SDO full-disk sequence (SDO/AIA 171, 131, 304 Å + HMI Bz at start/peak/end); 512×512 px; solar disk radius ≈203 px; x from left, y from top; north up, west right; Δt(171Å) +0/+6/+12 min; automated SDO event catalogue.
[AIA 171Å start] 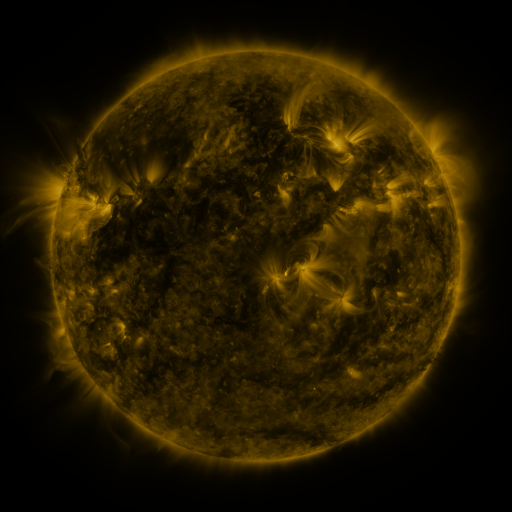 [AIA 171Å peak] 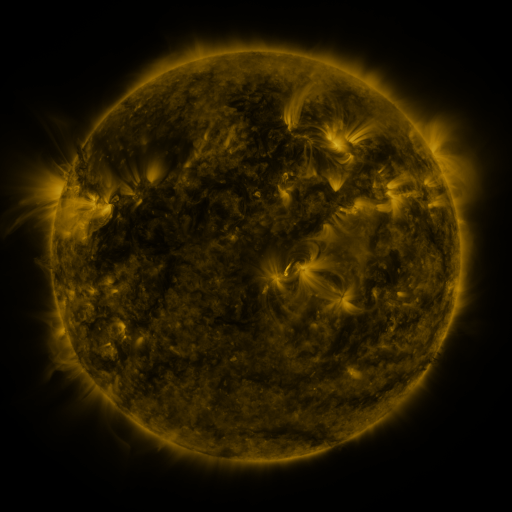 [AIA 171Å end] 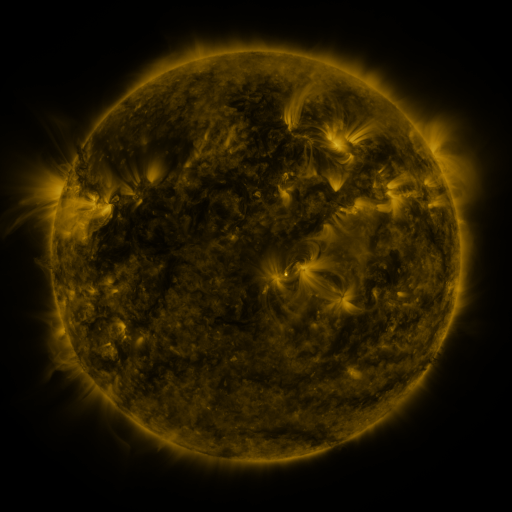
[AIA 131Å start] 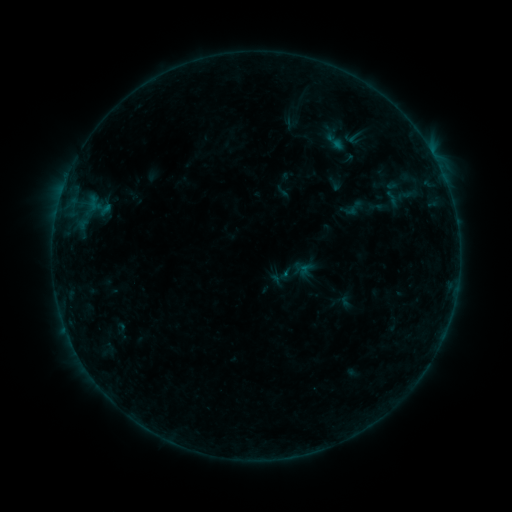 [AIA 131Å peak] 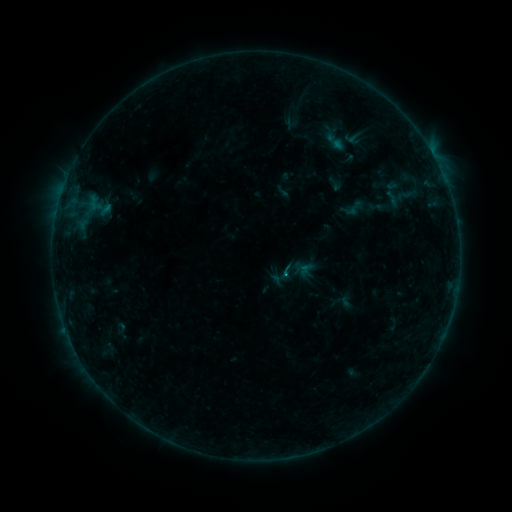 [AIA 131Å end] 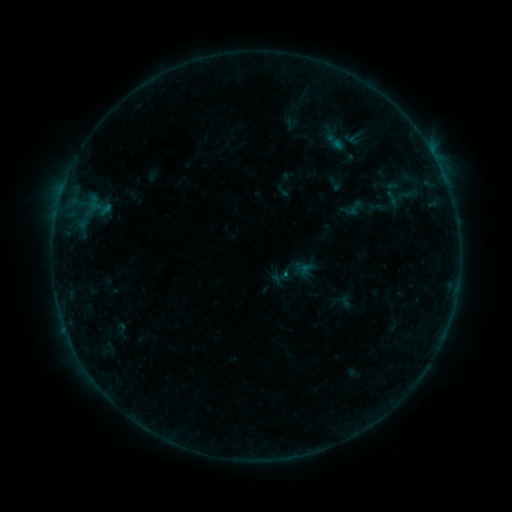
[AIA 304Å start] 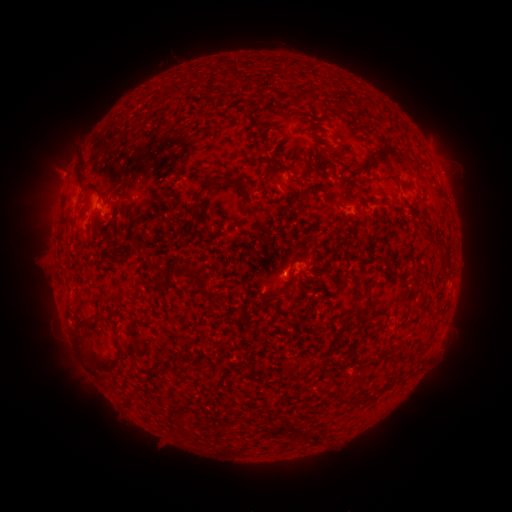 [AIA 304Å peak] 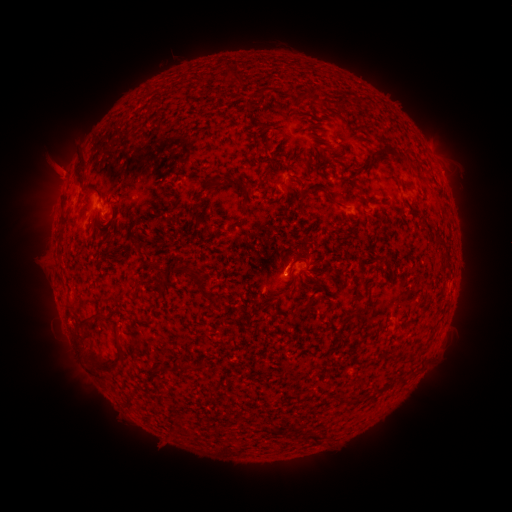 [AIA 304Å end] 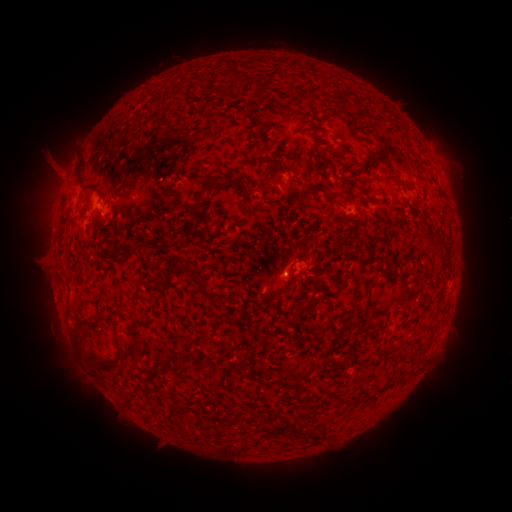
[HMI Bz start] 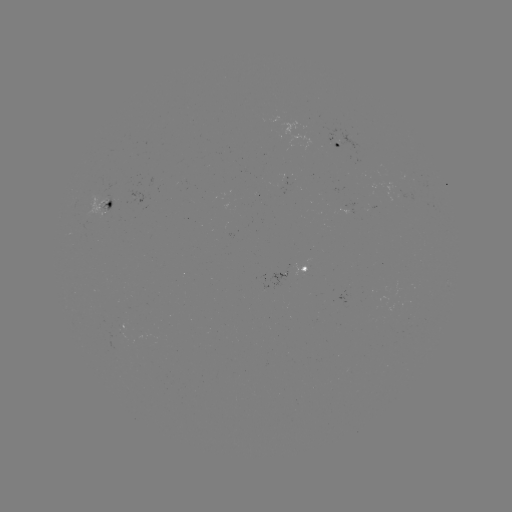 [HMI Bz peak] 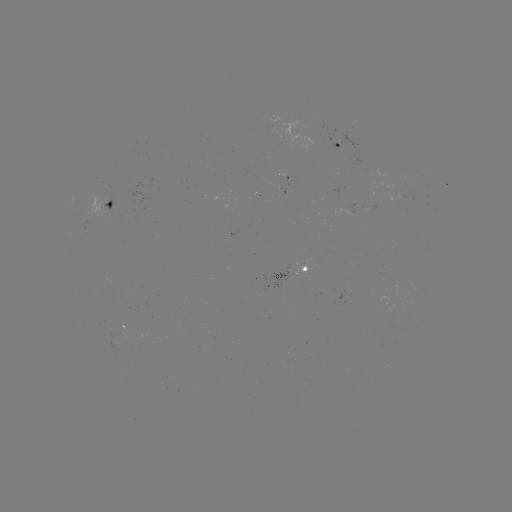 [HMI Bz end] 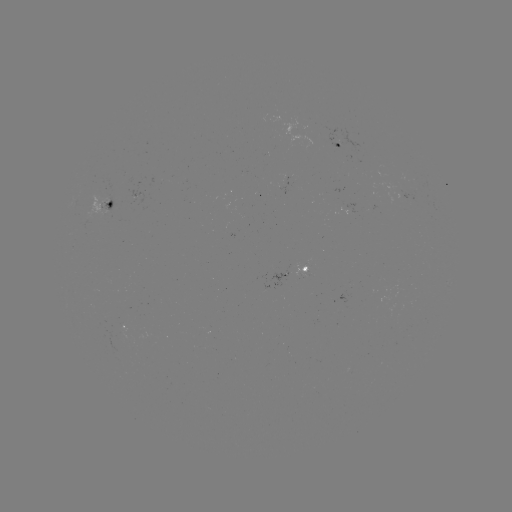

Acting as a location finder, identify eruption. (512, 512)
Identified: (283, 264).